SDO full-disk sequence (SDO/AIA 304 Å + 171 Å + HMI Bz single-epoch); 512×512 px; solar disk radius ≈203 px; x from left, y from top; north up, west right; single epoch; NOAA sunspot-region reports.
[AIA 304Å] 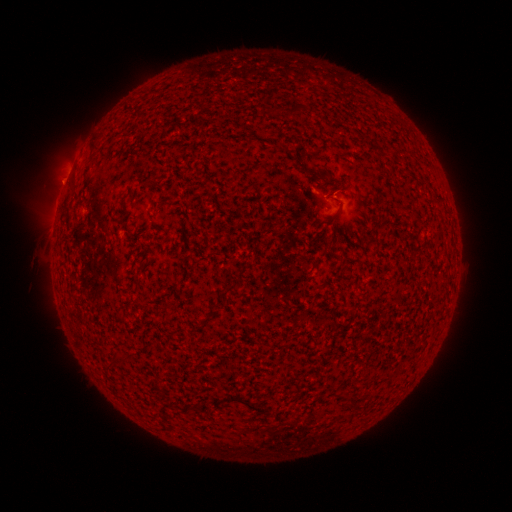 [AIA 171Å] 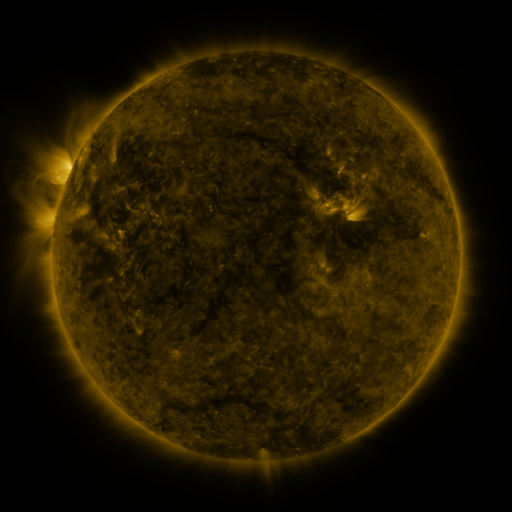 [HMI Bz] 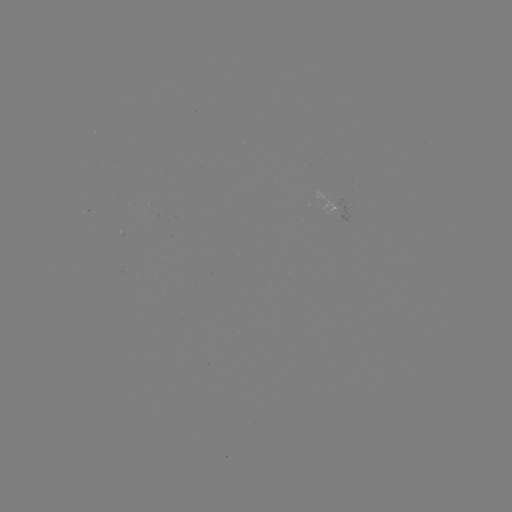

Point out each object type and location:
(none)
